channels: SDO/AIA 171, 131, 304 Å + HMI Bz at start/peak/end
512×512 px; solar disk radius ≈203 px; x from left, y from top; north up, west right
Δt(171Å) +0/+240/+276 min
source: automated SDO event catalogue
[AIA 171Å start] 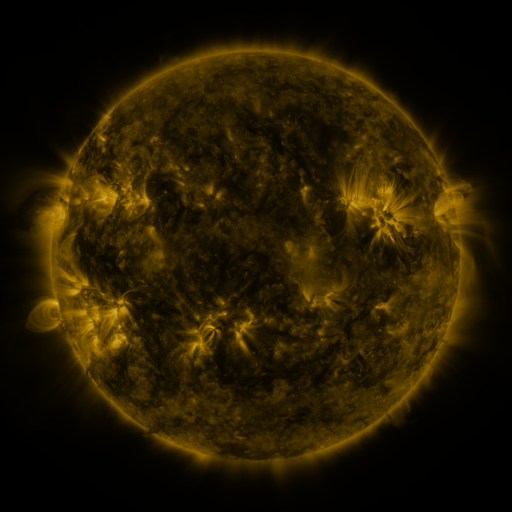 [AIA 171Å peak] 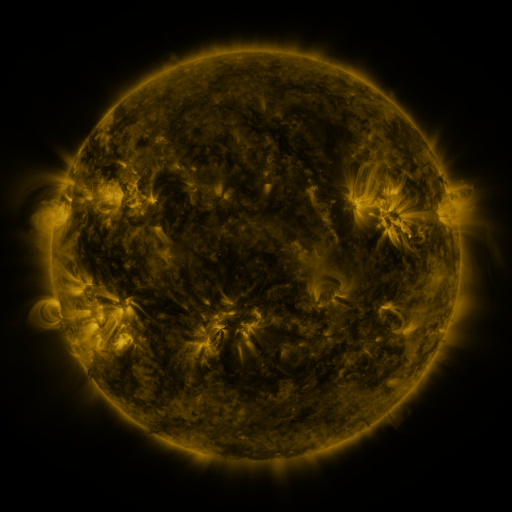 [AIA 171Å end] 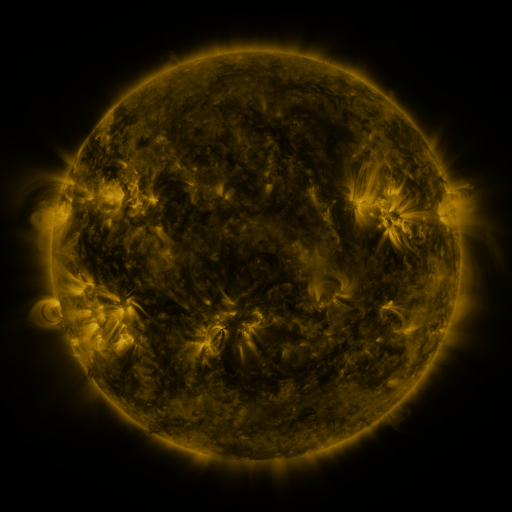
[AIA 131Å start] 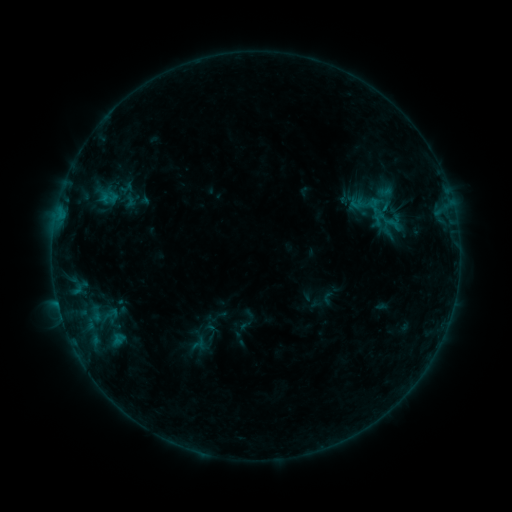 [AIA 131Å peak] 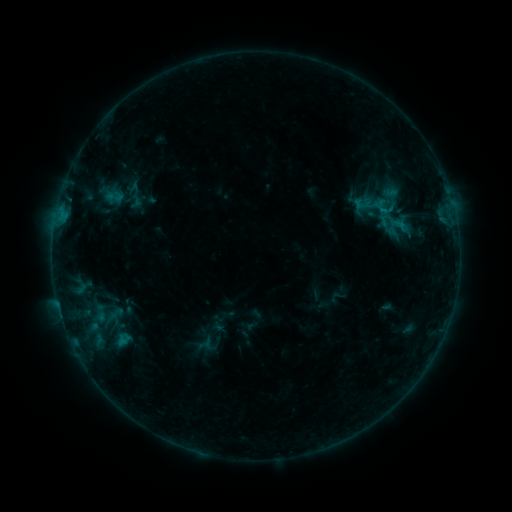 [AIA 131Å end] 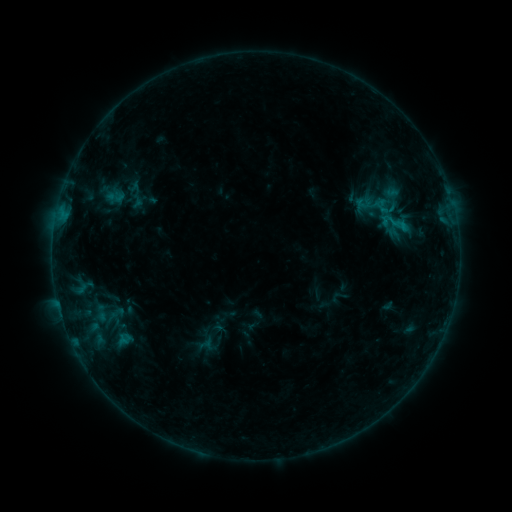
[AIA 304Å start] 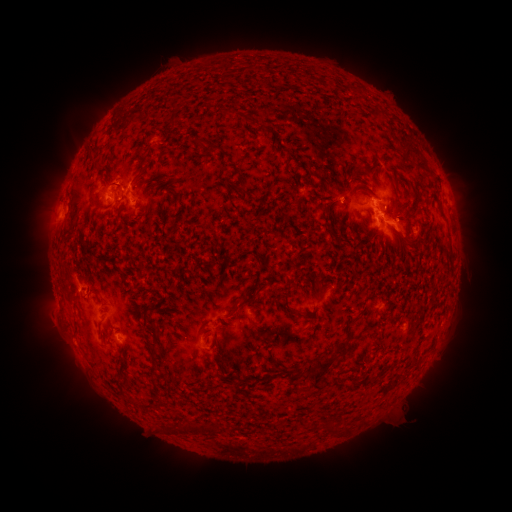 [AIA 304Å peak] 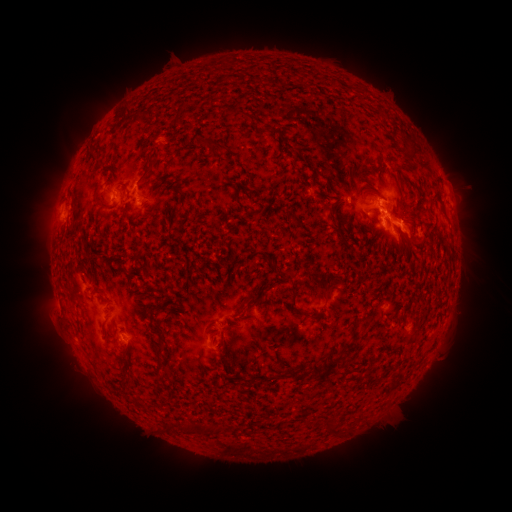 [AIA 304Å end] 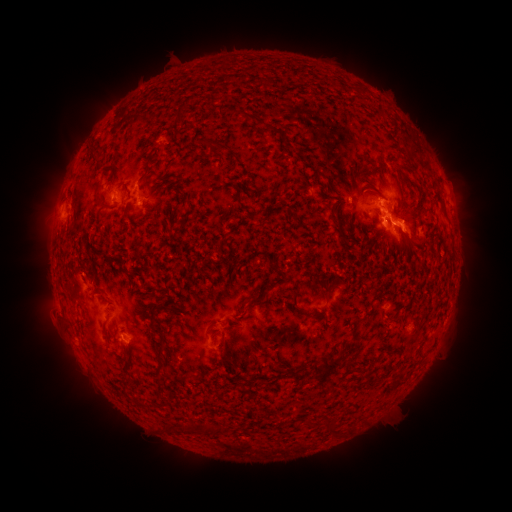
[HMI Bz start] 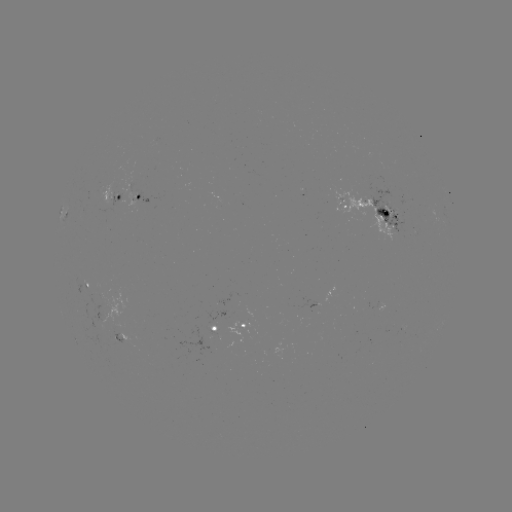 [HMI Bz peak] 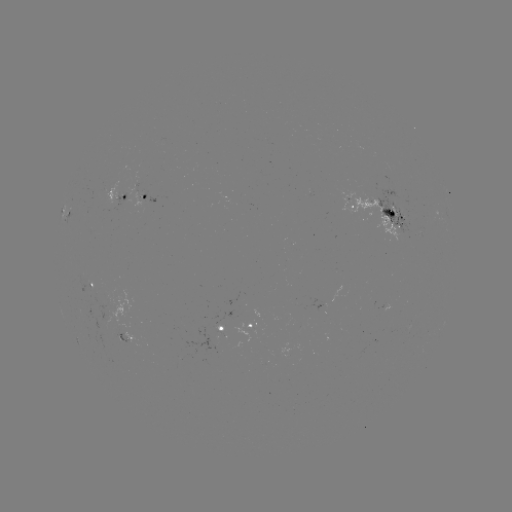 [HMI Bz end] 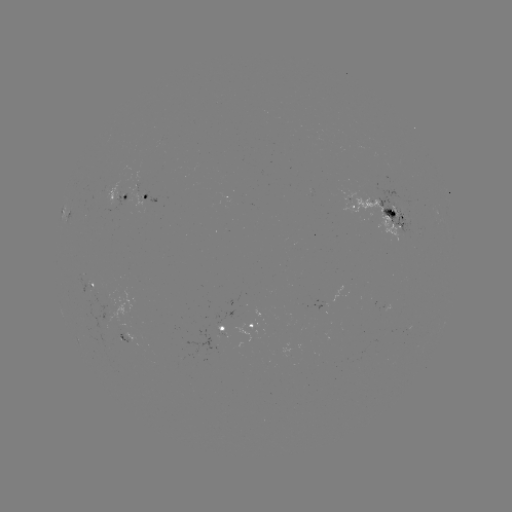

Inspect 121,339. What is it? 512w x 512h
emerging-flux region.